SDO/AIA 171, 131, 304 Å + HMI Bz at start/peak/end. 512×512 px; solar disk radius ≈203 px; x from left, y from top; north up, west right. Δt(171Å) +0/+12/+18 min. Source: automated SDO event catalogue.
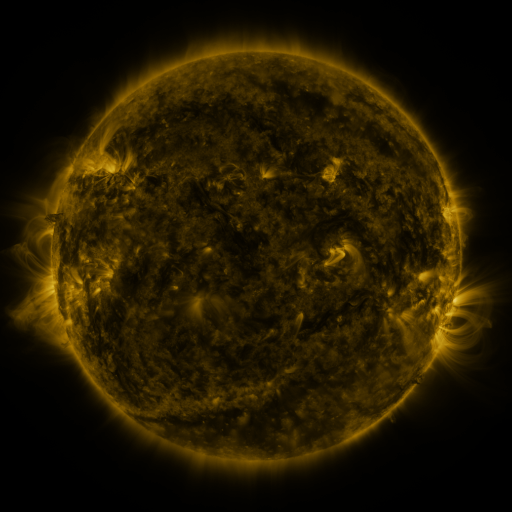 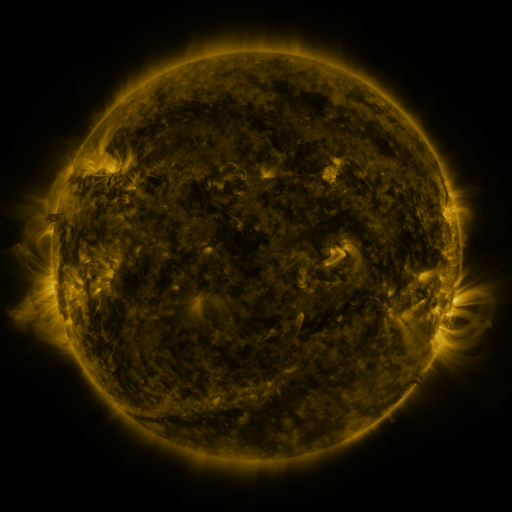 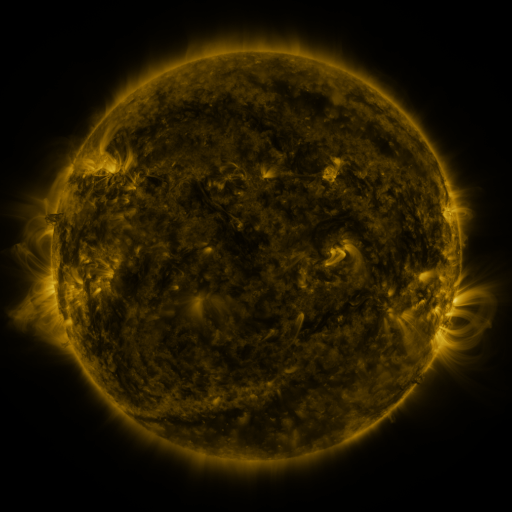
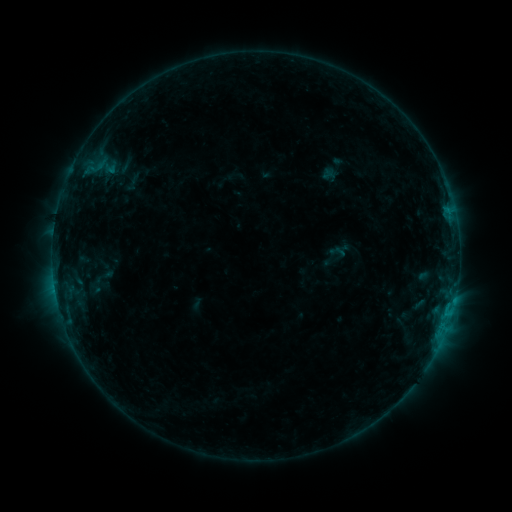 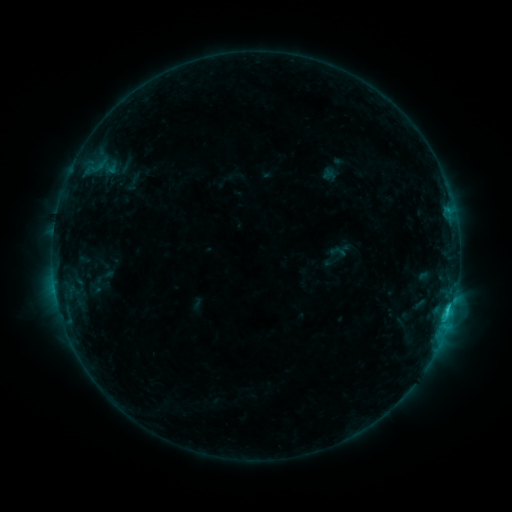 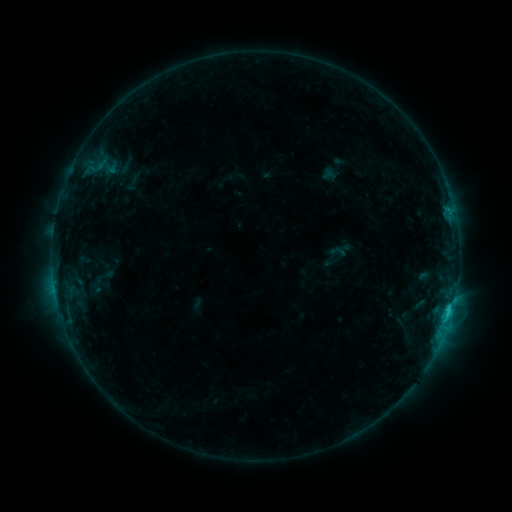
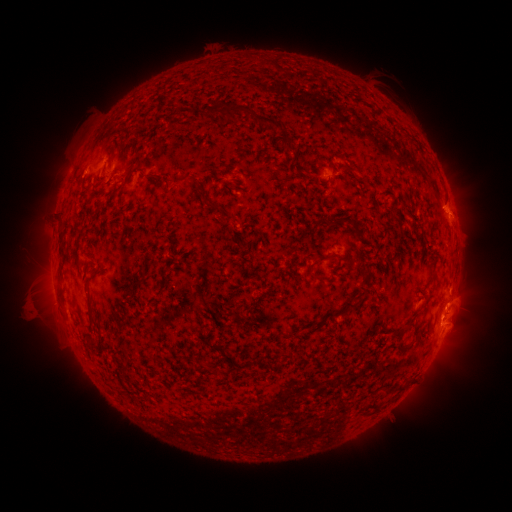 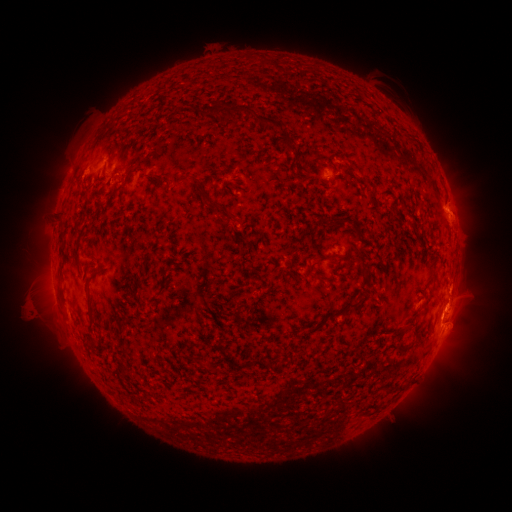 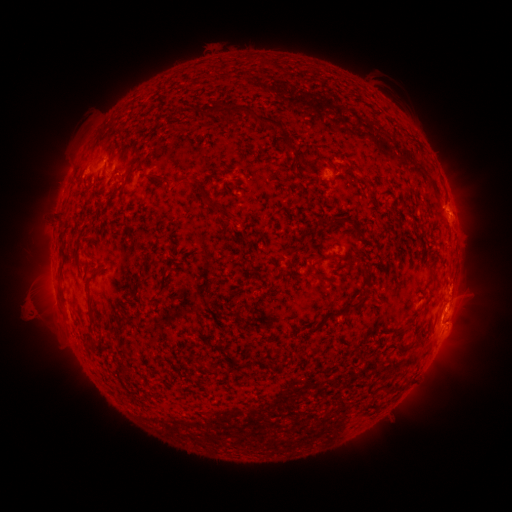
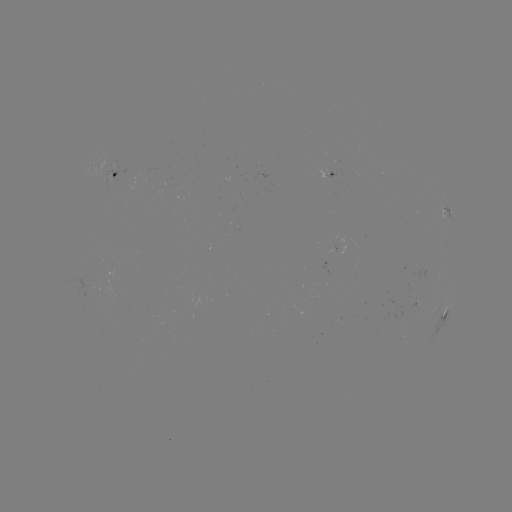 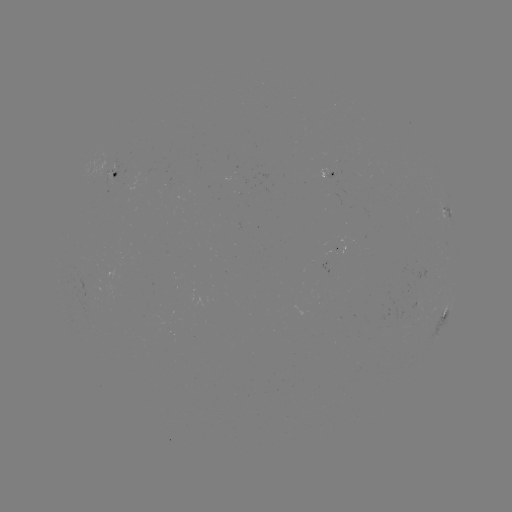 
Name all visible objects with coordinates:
C1.8 flare: (447, 307)
